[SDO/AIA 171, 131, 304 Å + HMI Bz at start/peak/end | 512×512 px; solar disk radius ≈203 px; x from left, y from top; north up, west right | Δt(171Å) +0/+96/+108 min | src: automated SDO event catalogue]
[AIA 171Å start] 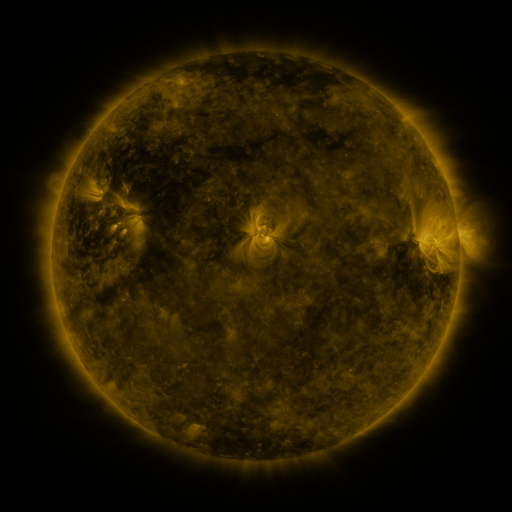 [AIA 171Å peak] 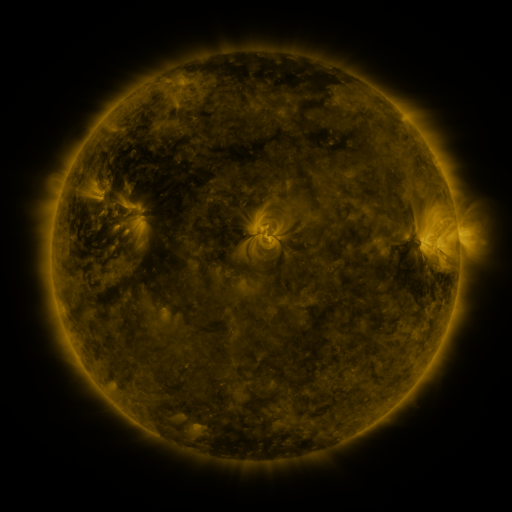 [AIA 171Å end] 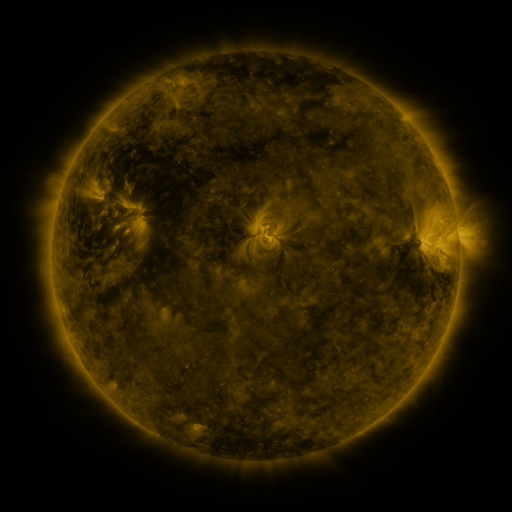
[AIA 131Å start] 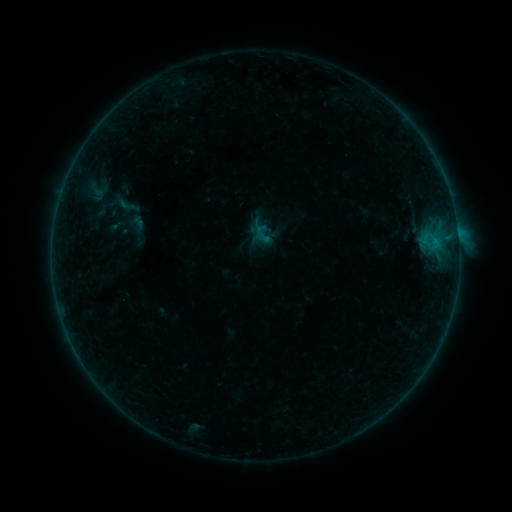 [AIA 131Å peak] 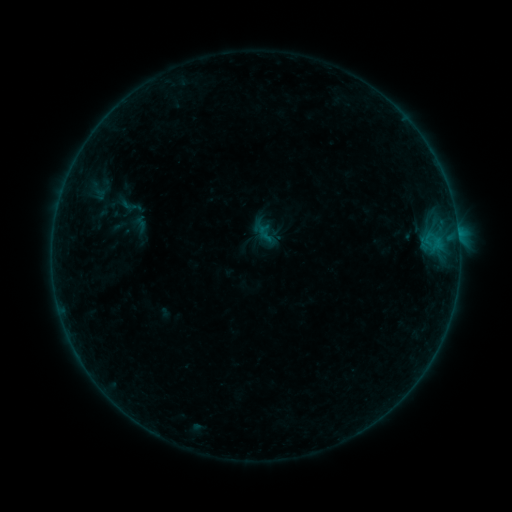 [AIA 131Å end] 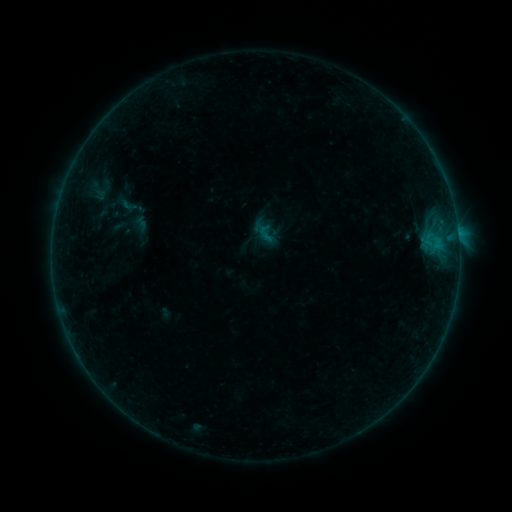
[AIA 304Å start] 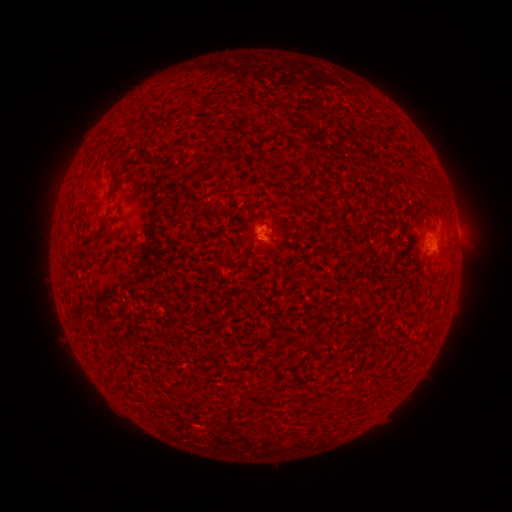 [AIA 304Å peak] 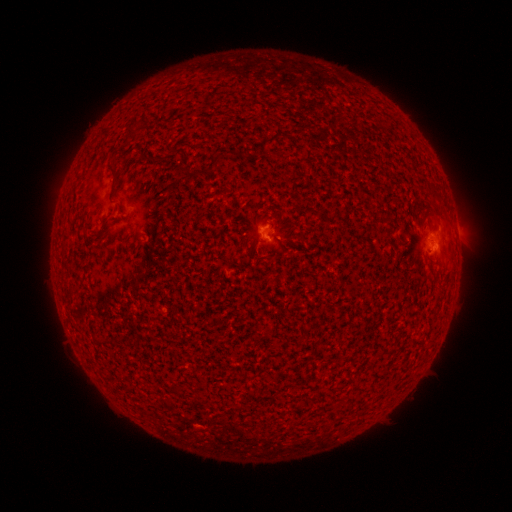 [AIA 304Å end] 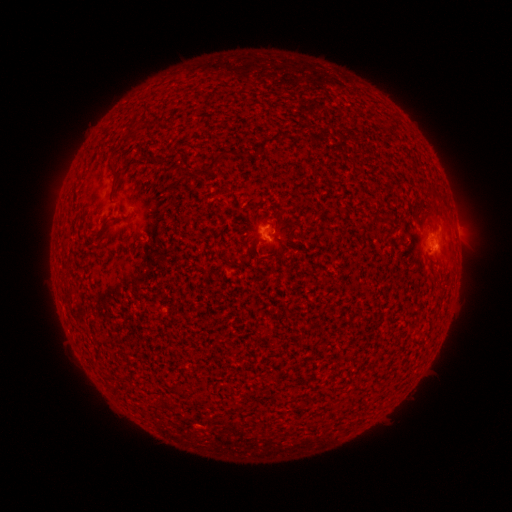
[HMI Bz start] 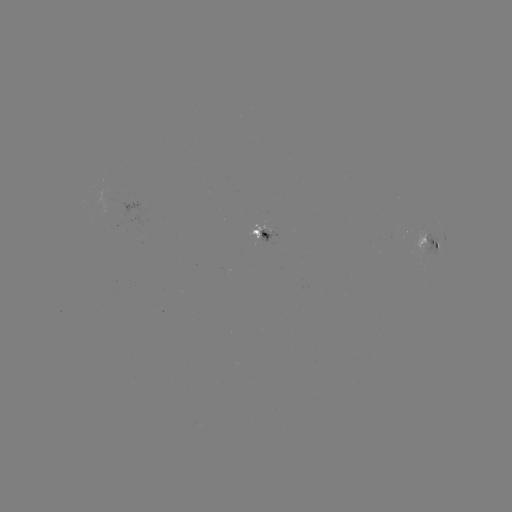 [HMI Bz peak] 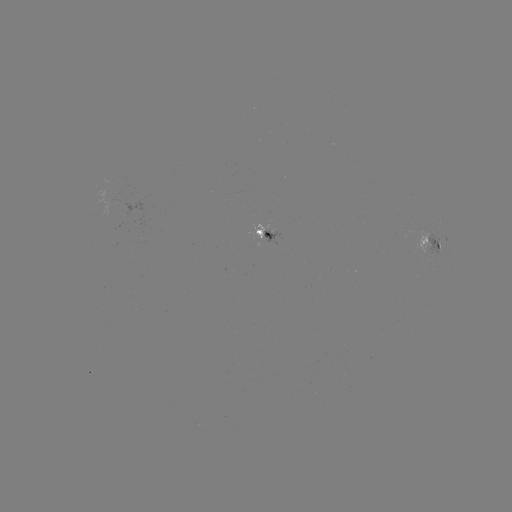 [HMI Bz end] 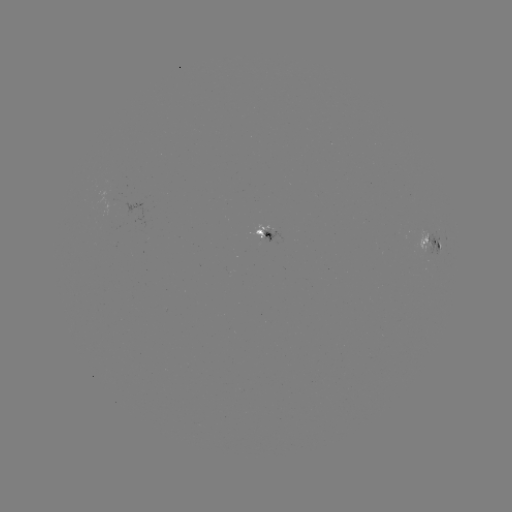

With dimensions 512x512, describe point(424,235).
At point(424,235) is emerging-flux region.